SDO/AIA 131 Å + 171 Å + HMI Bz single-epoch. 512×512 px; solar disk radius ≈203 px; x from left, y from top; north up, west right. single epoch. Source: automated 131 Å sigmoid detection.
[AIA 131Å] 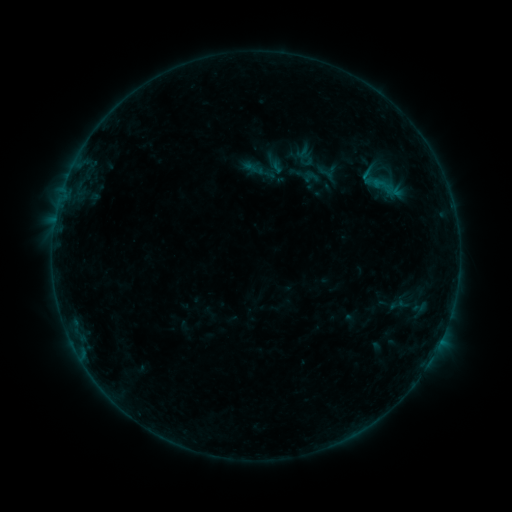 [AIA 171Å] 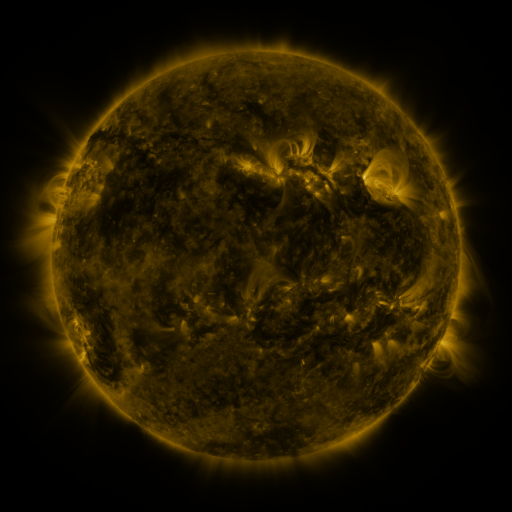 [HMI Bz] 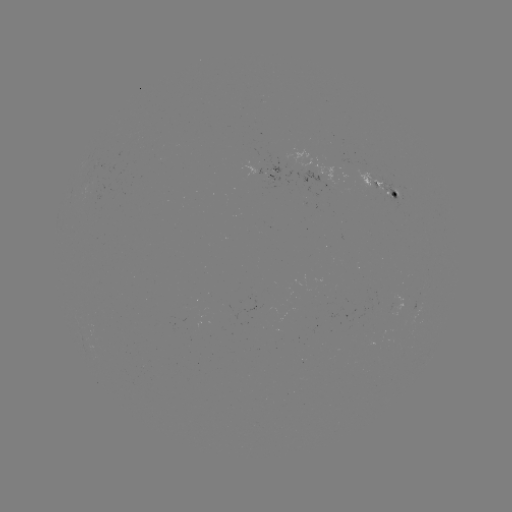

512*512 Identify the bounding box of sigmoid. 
[314, 163, 338, 183].